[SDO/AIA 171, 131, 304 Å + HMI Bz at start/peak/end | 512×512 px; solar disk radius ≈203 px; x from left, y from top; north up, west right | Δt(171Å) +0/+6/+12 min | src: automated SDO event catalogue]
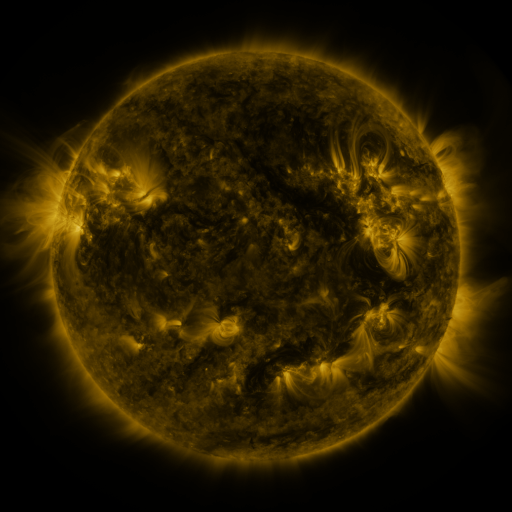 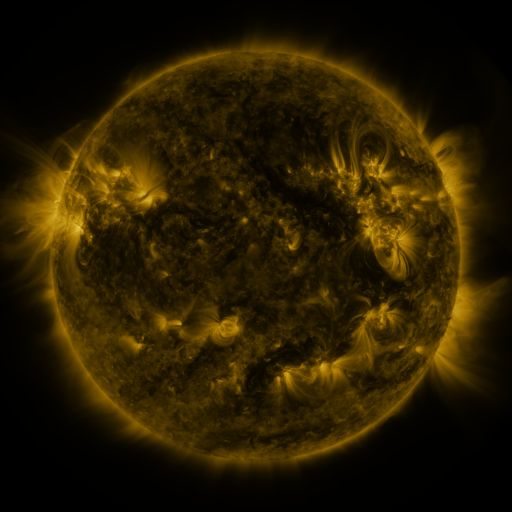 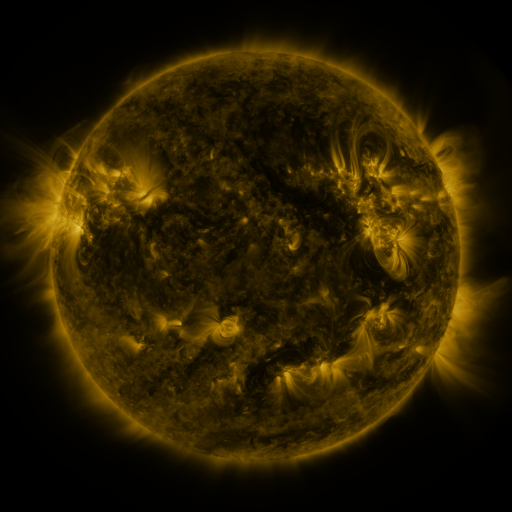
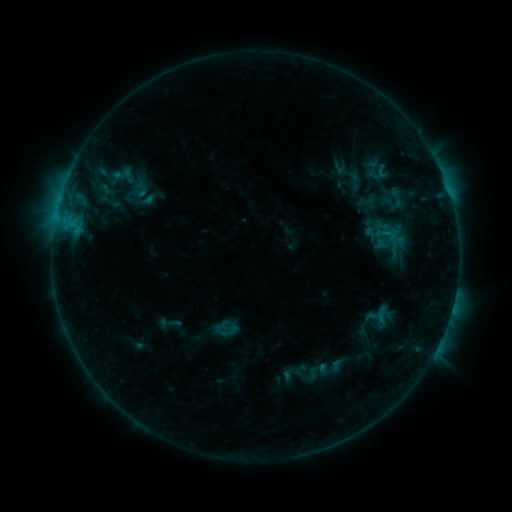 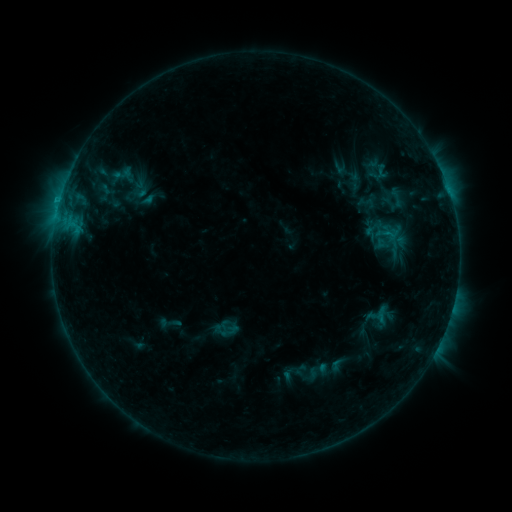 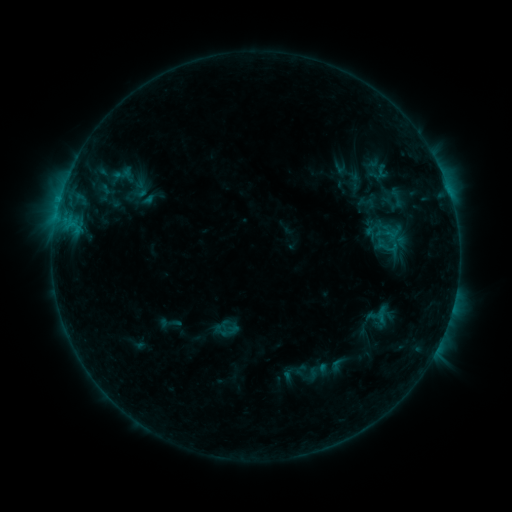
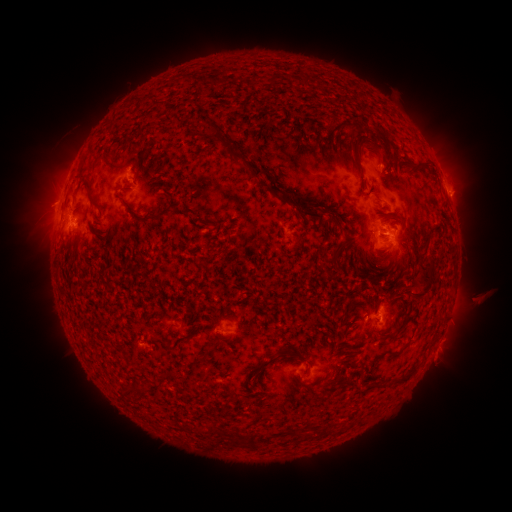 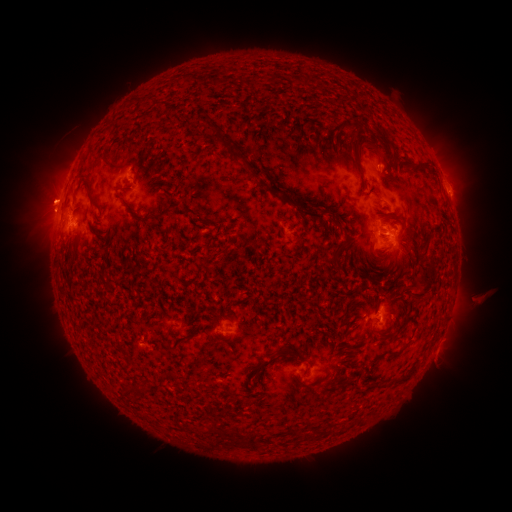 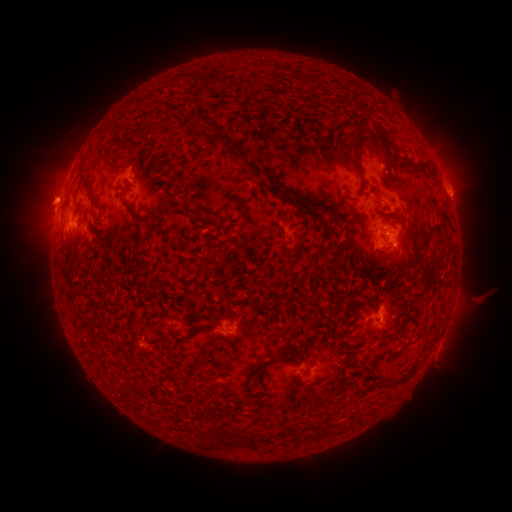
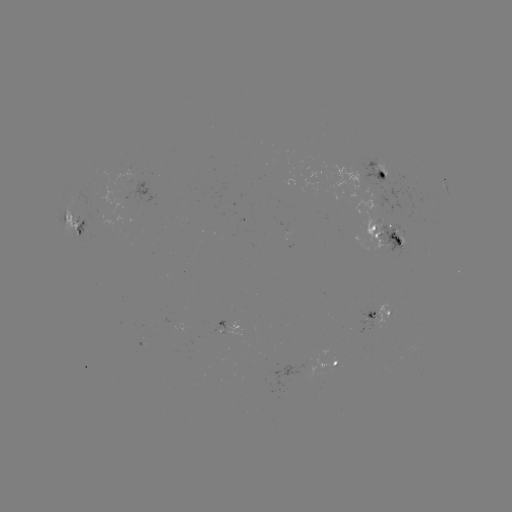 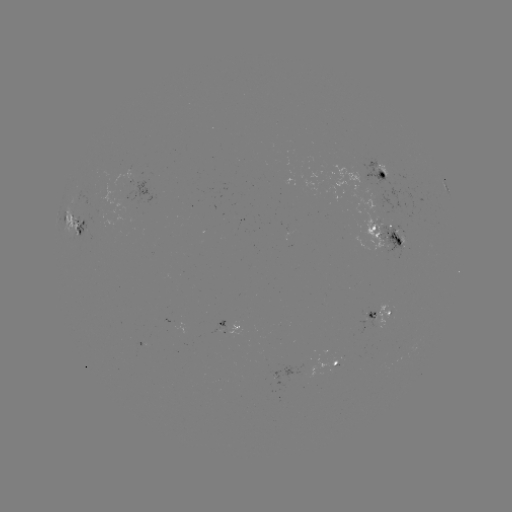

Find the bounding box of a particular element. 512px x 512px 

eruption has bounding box [17, 170, 75, 224].